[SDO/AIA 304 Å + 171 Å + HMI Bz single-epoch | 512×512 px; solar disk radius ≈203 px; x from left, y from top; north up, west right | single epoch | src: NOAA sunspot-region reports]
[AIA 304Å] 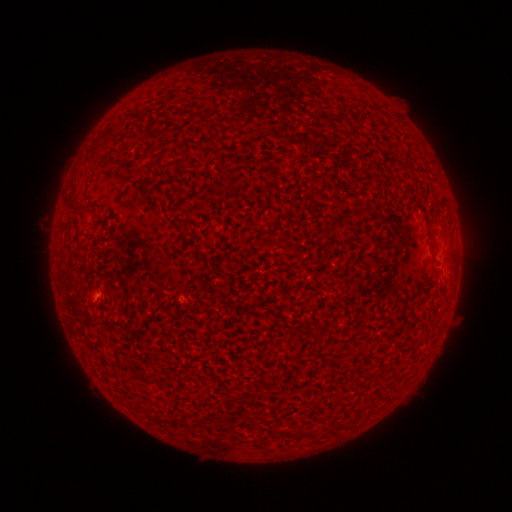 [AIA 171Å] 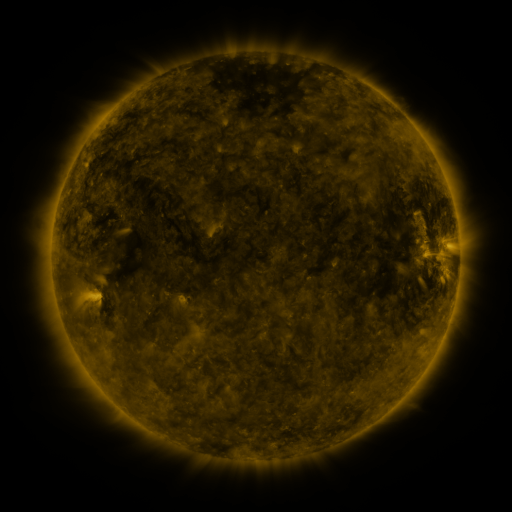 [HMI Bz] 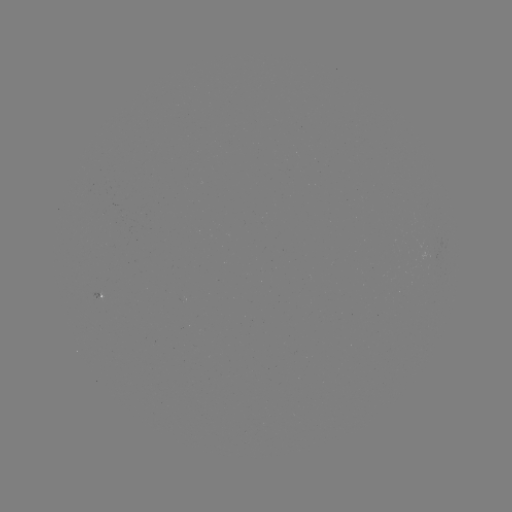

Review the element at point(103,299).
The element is spotted active region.